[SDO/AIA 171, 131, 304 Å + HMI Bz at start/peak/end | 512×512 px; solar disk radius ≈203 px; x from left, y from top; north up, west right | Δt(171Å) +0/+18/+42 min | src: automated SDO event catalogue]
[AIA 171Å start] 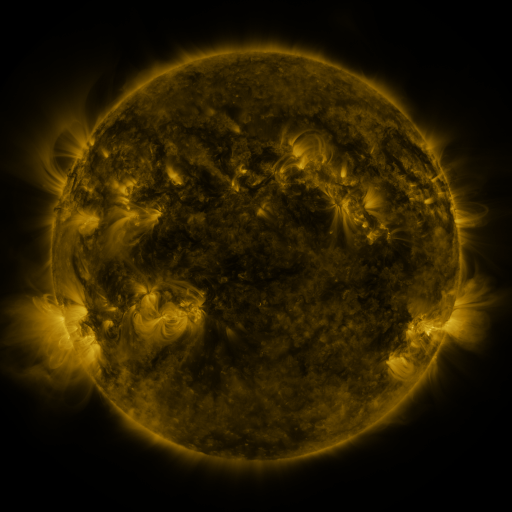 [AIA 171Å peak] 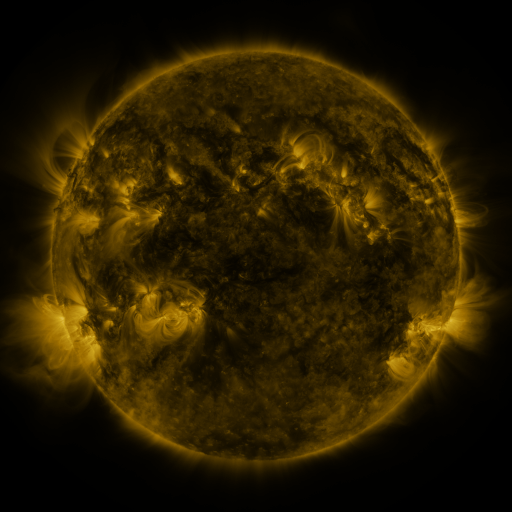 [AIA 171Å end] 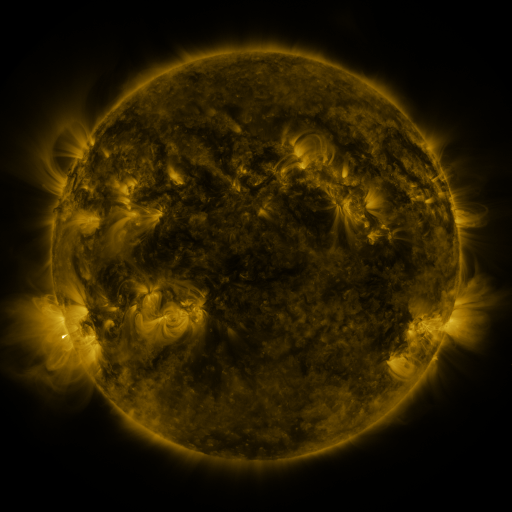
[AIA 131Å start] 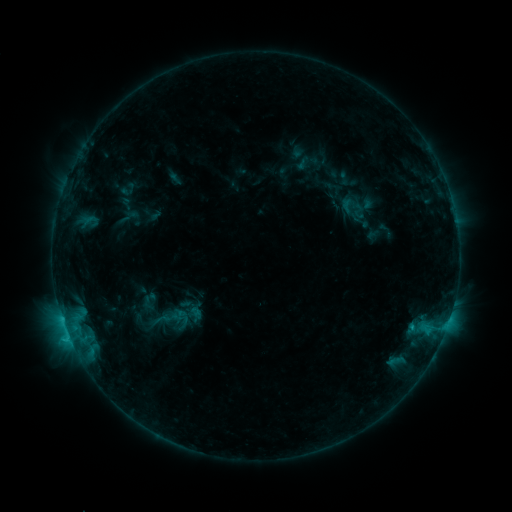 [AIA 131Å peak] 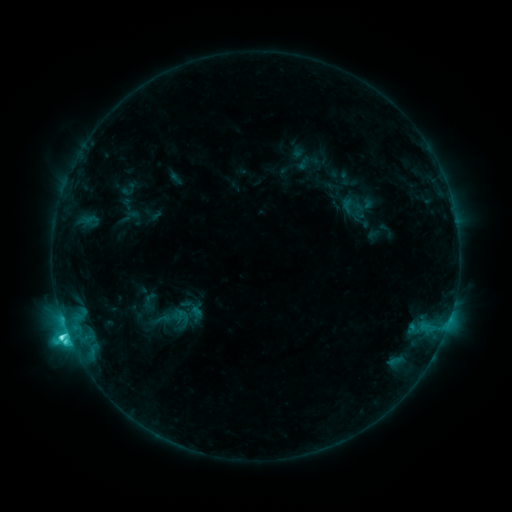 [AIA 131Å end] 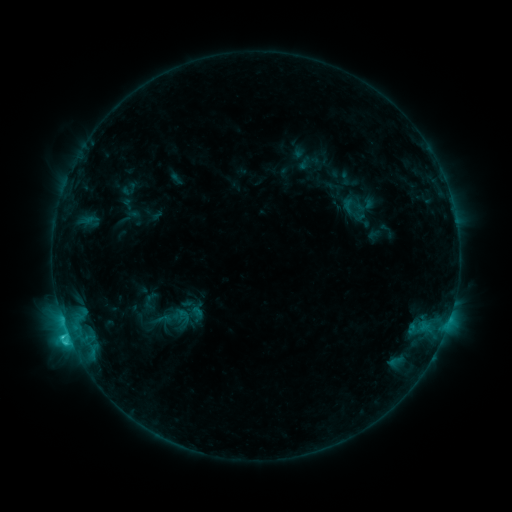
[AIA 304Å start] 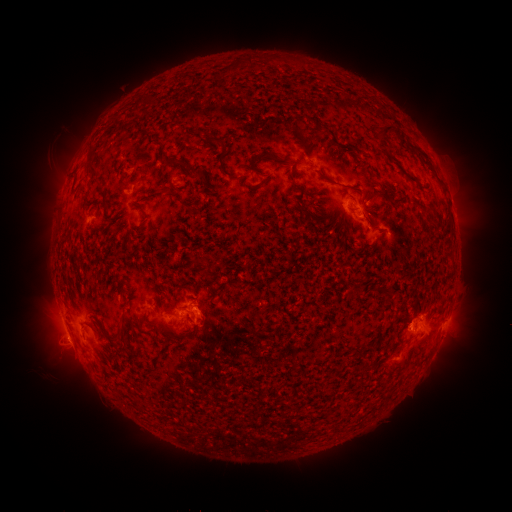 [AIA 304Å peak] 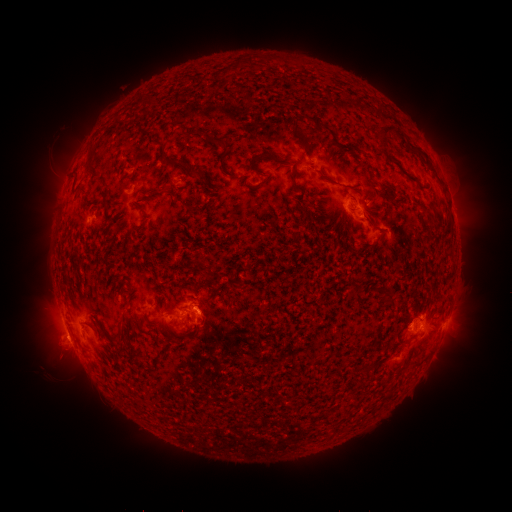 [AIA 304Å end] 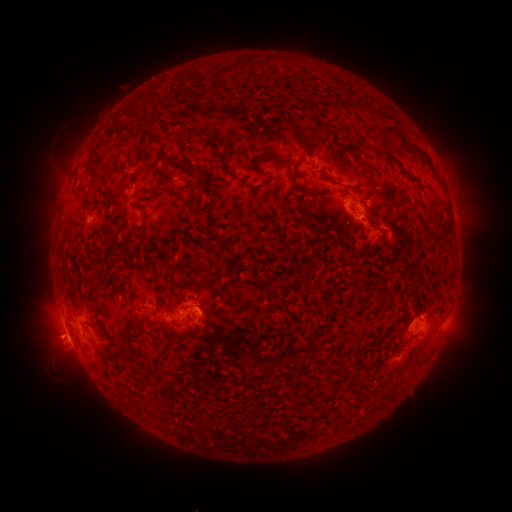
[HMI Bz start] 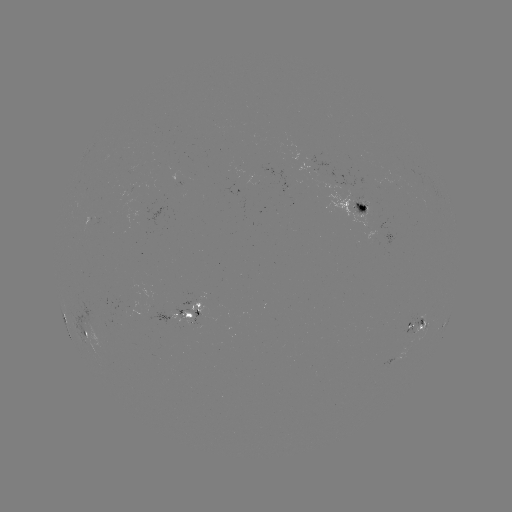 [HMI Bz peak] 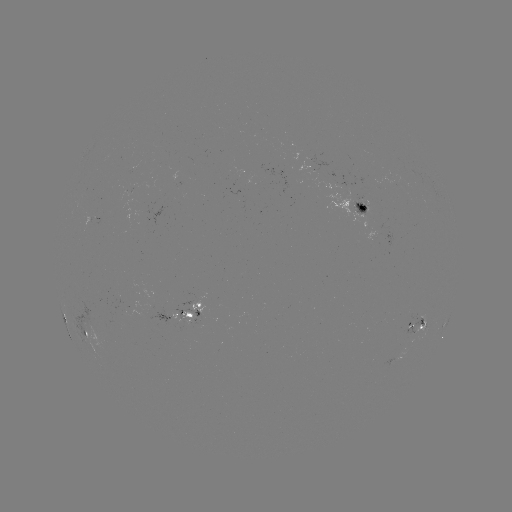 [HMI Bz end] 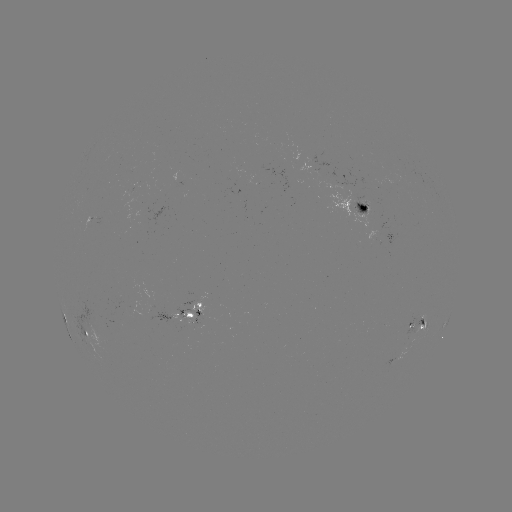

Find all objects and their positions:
C4.5 flare: (67, 331)
